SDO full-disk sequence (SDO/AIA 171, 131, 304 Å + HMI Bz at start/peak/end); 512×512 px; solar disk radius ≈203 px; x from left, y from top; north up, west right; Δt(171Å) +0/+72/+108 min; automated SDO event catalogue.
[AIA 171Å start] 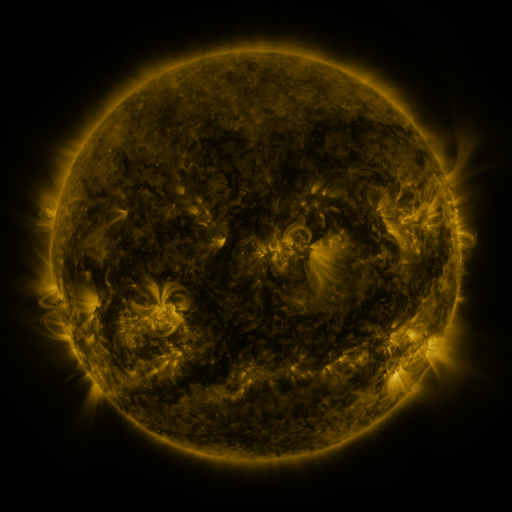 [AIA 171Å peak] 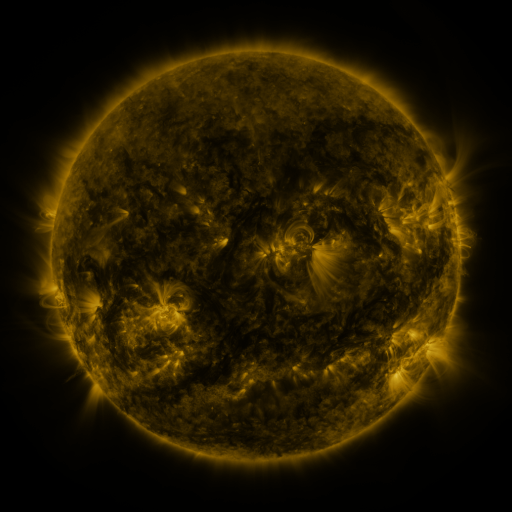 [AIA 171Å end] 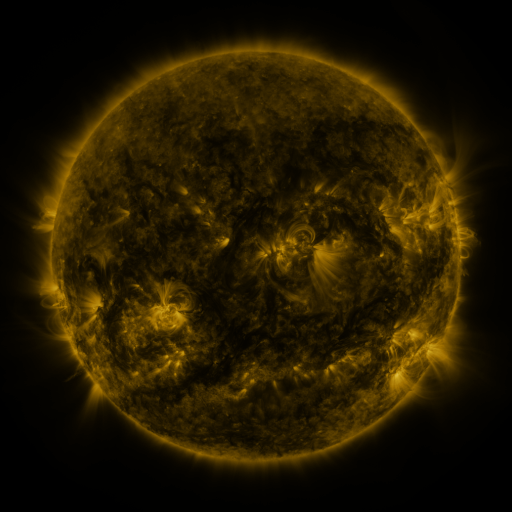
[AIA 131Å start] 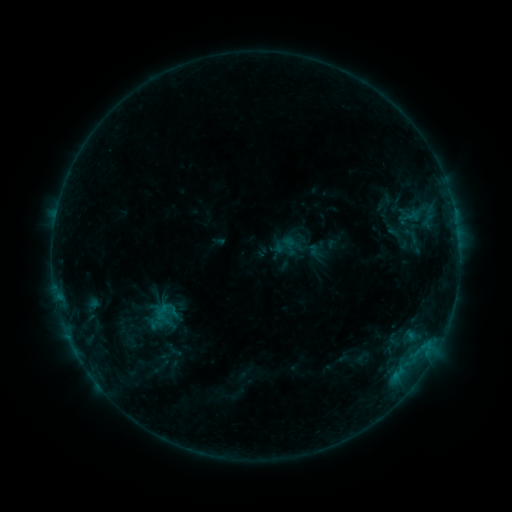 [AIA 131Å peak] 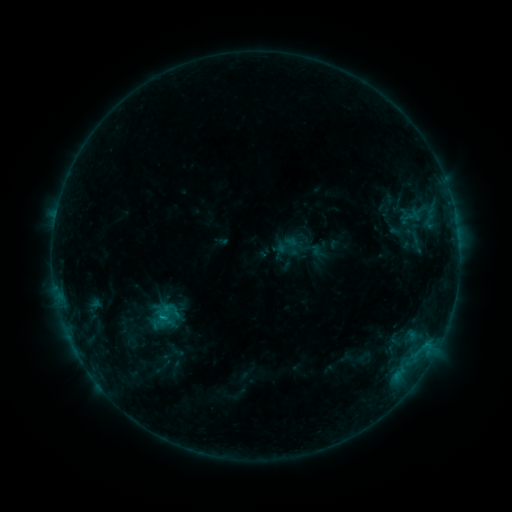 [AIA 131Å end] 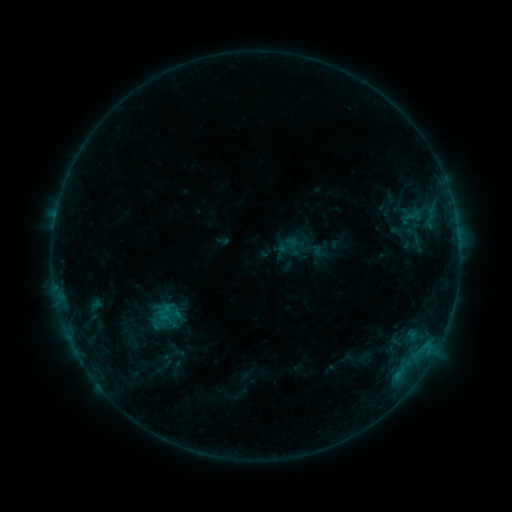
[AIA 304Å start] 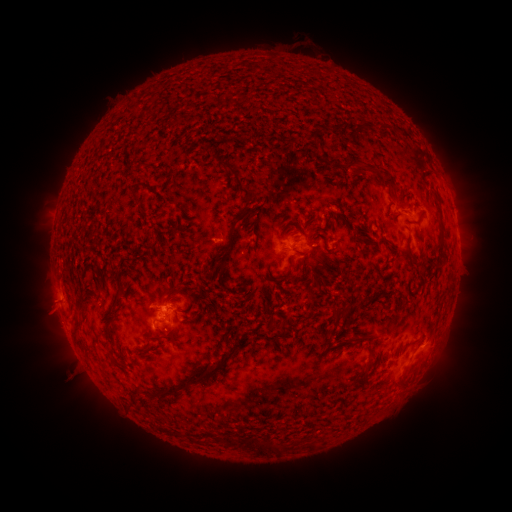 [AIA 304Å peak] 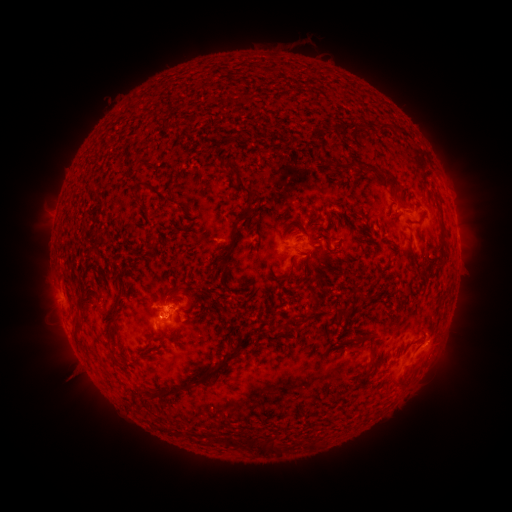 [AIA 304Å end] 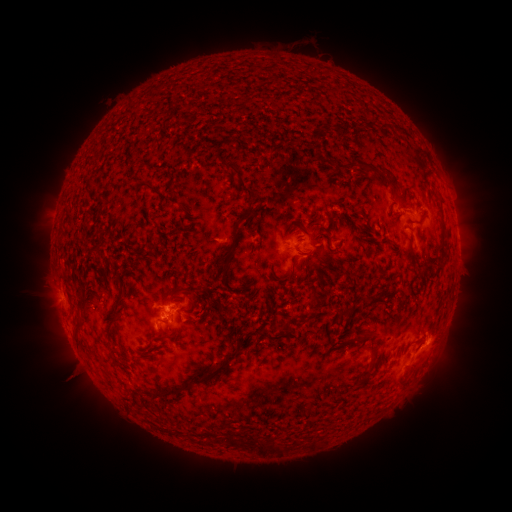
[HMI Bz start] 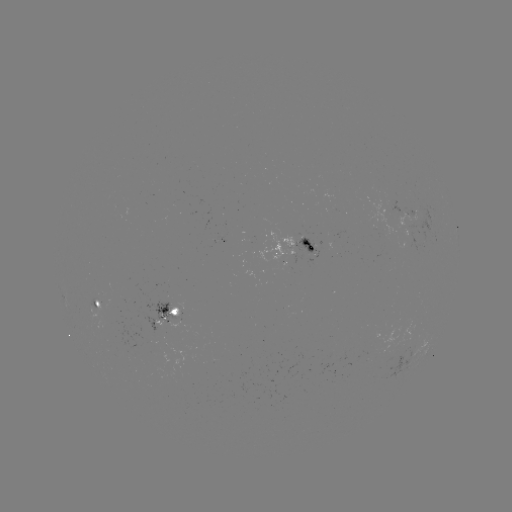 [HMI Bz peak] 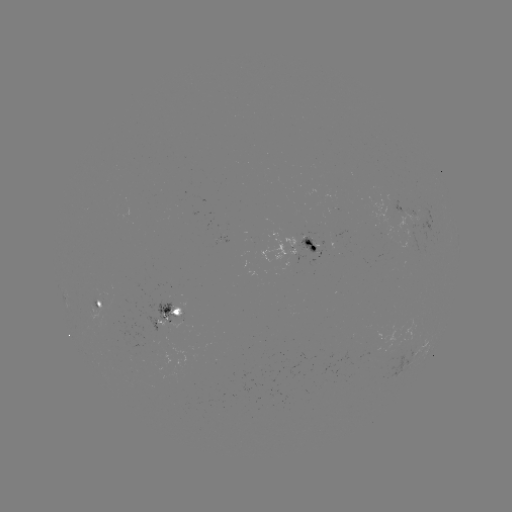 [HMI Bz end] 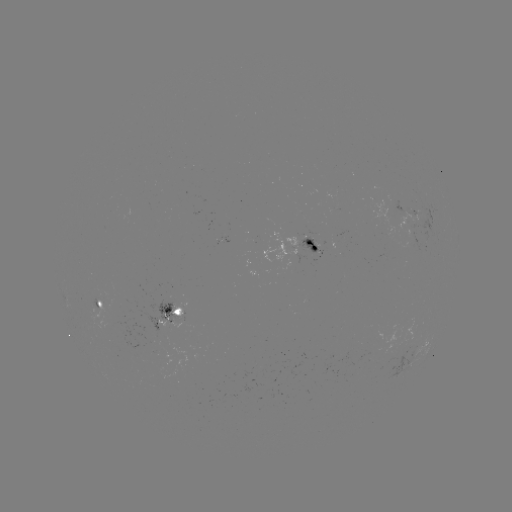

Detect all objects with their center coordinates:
emerging-flux region: (299, 254)
